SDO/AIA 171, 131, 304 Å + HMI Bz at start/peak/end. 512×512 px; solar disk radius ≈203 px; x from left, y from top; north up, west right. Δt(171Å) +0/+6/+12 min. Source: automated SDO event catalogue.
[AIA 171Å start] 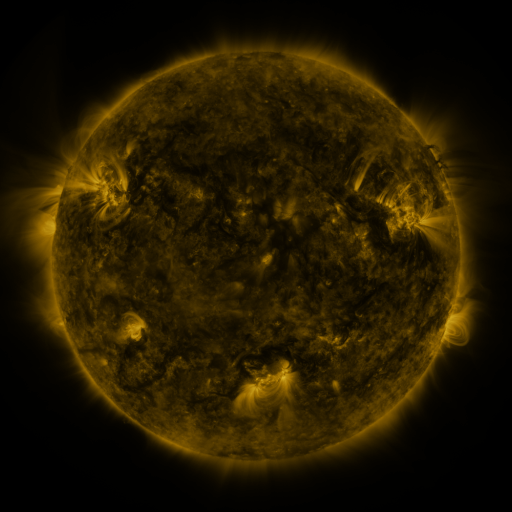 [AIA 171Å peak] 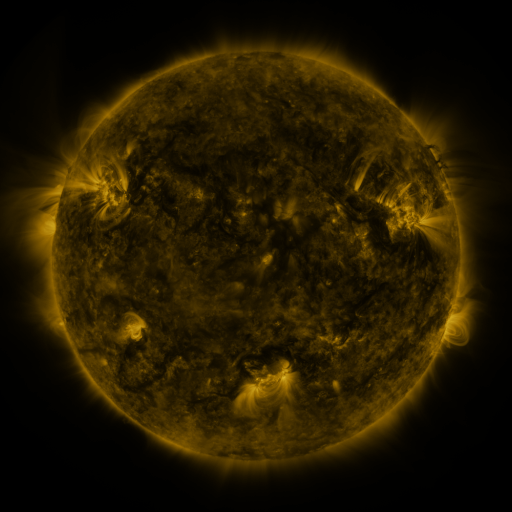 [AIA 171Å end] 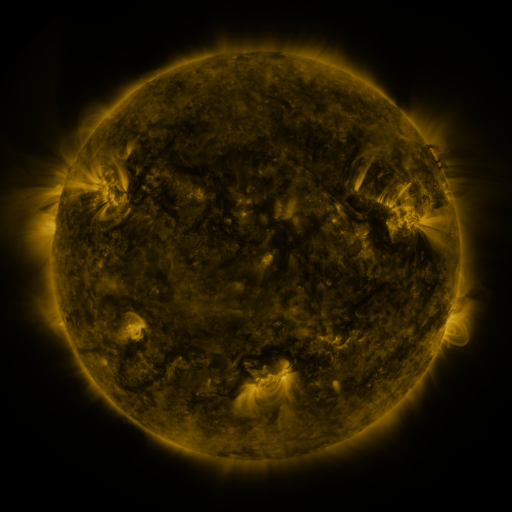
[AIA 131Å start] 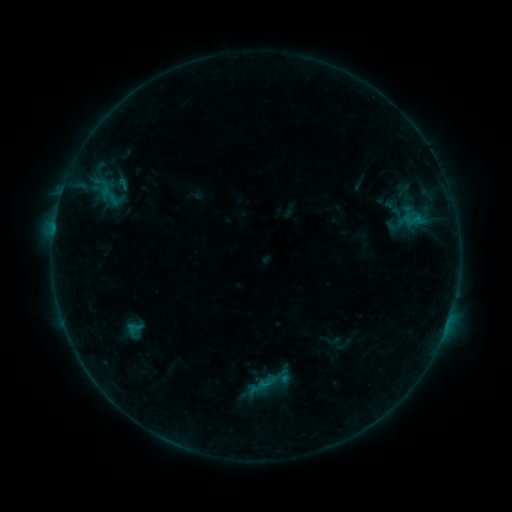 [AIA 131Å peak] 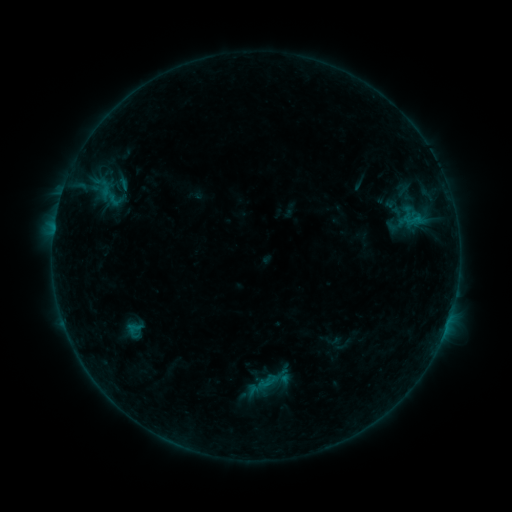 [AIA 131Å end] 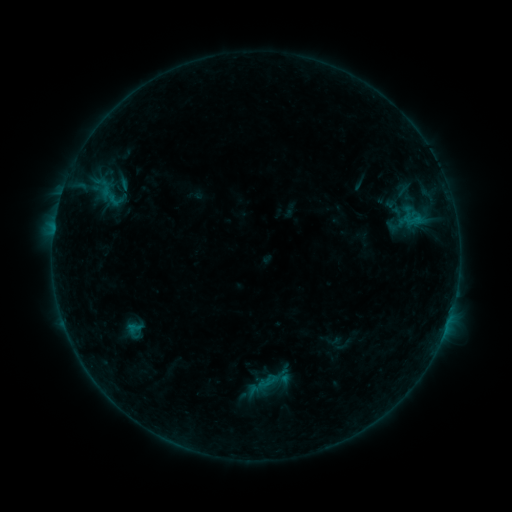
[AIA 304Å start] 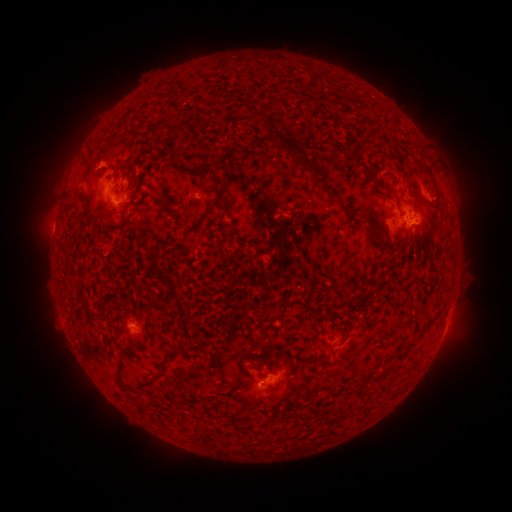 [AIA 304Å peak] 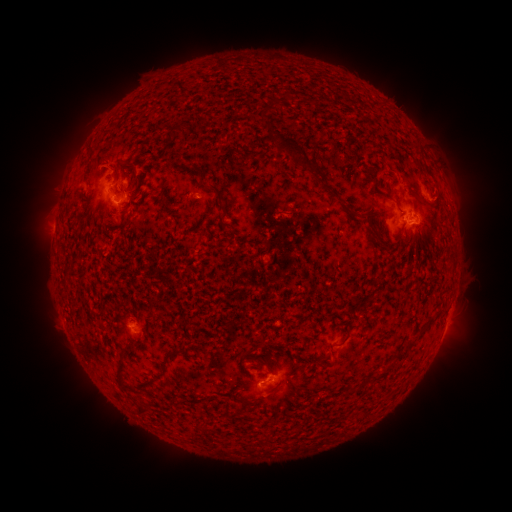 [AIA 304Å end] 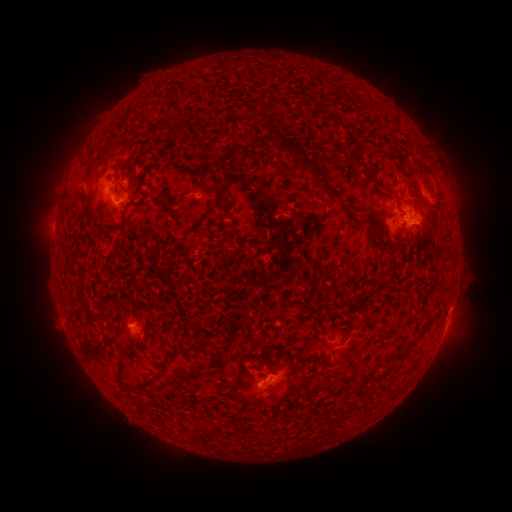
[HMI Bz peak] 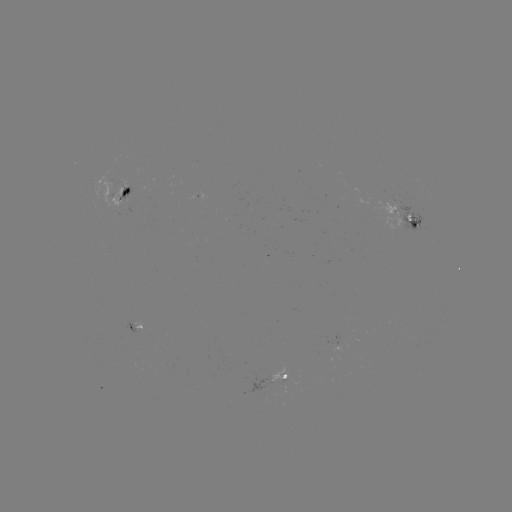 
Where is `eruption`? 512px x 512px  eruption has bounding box [82, 141, 123, 183].